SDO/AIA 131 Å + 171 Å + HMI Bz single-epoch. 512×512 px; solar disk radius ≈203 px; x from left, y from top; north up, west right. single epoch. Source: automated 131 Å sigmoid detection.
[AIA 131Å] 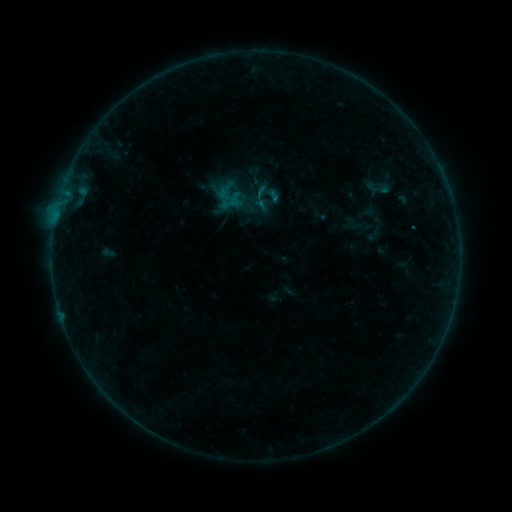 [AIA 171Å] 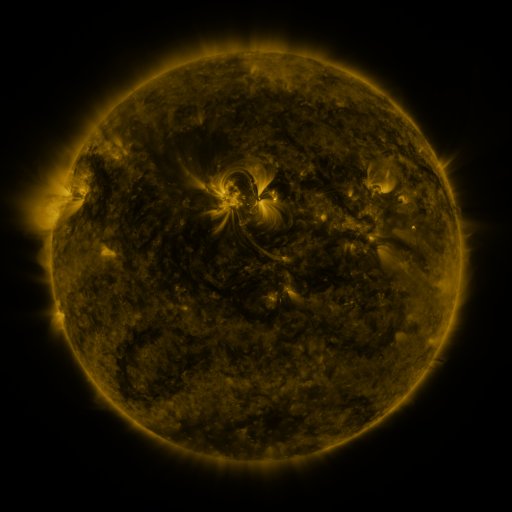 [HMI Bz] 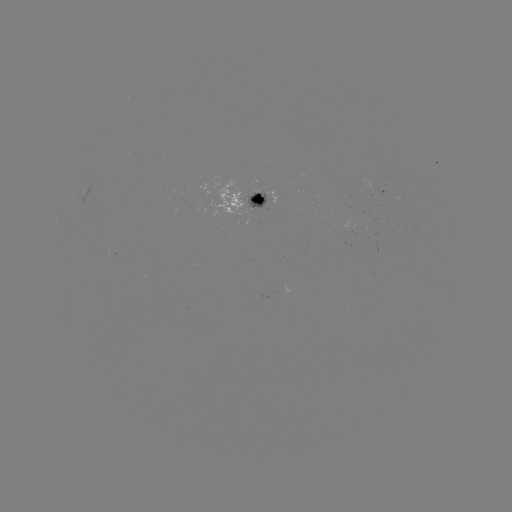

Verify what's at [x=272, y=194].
sigmoid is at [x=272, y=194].